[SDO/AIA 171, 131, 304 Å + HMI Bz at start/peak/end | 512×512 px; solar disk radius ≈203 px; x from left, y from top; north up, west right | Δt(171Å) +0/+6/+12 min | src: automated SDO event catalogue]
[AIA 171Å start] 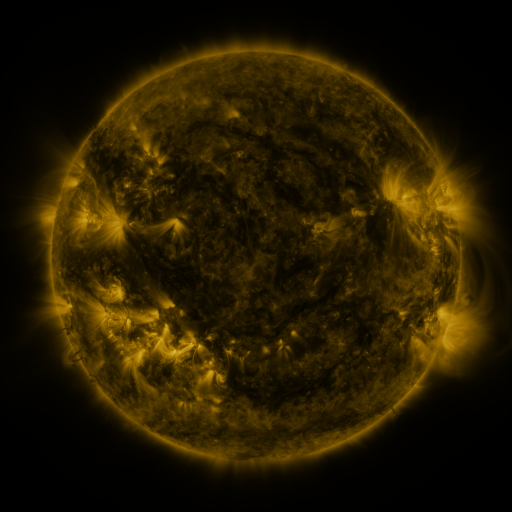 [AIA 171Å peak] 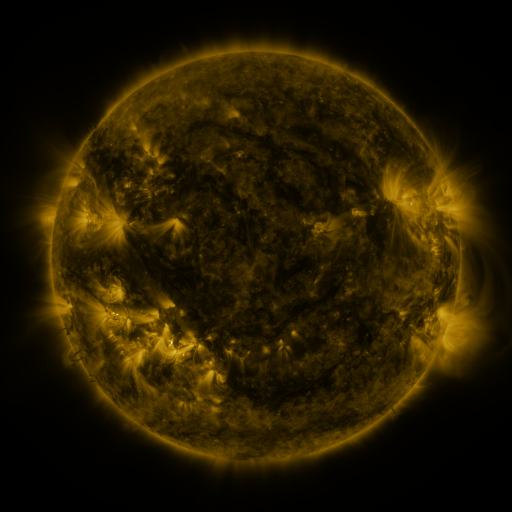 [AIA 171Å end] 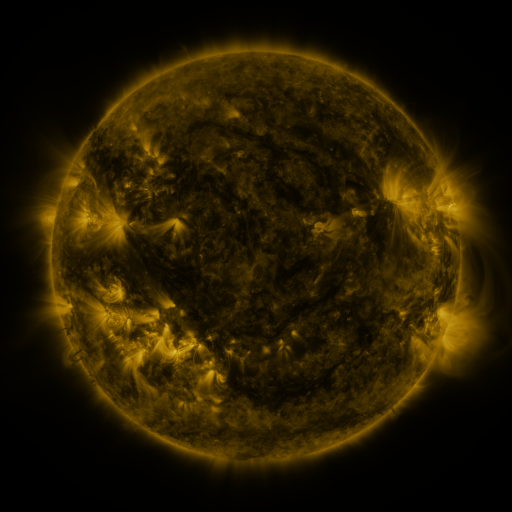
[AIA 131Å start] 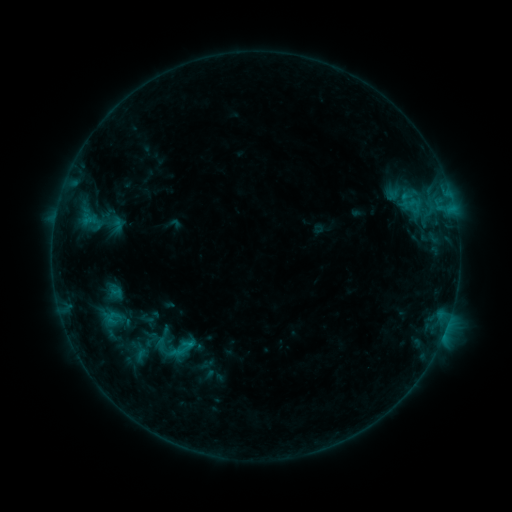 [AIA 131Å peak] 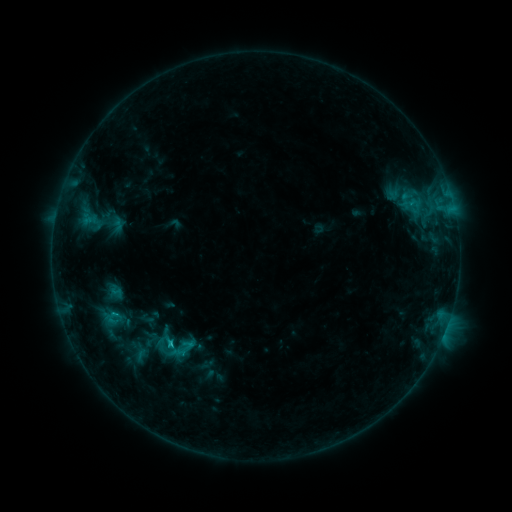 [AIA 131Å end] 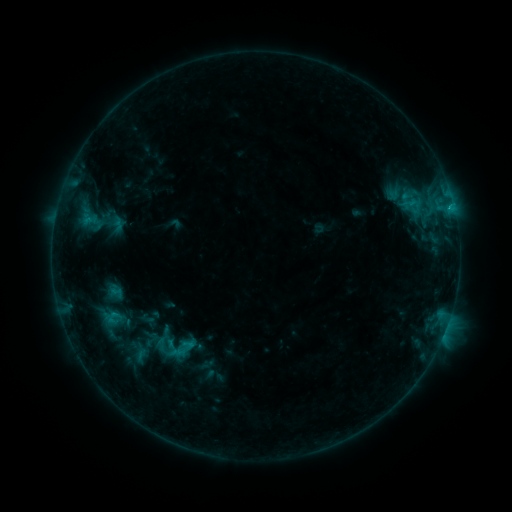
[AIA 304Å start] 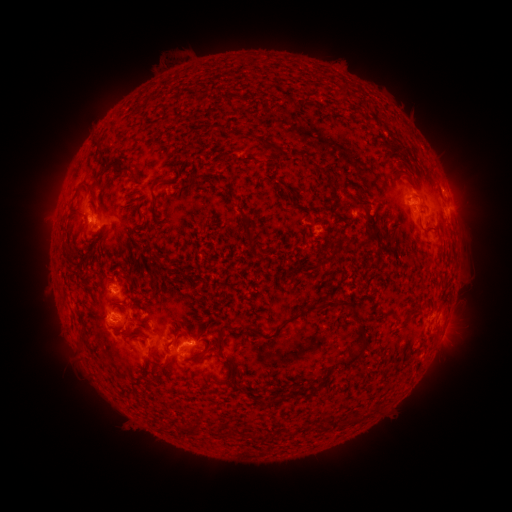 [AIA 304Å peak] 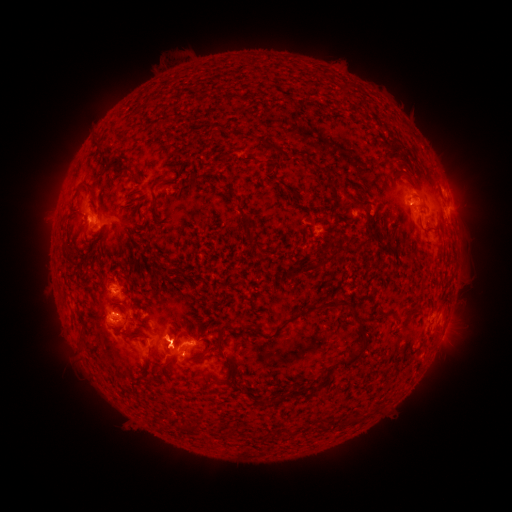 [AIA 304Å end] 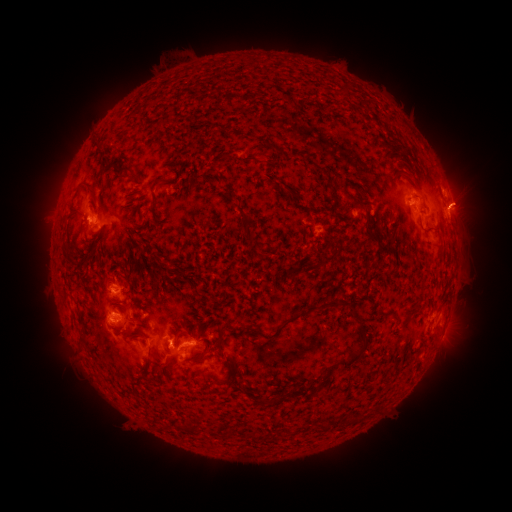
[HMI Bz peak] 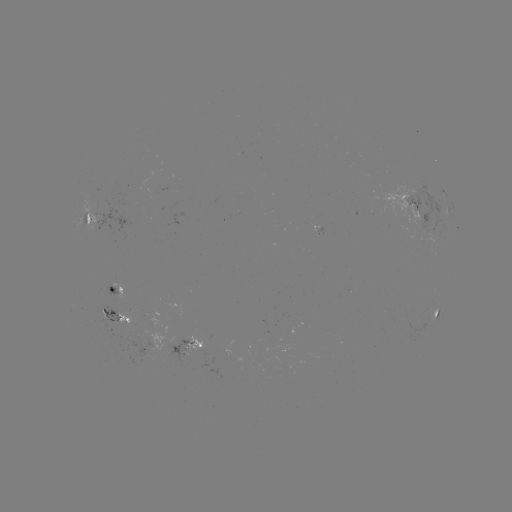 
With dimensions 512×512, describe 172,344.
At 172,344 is C1.0 flare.